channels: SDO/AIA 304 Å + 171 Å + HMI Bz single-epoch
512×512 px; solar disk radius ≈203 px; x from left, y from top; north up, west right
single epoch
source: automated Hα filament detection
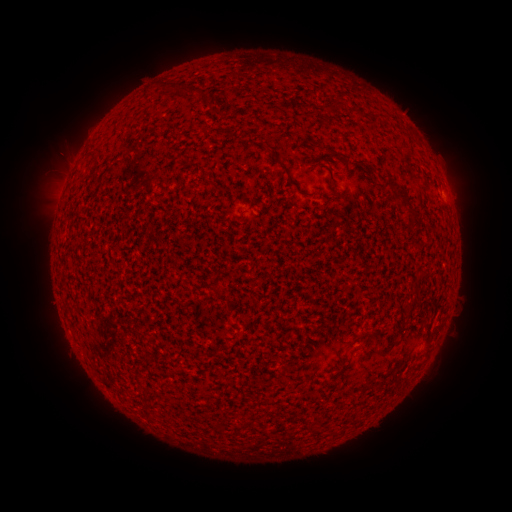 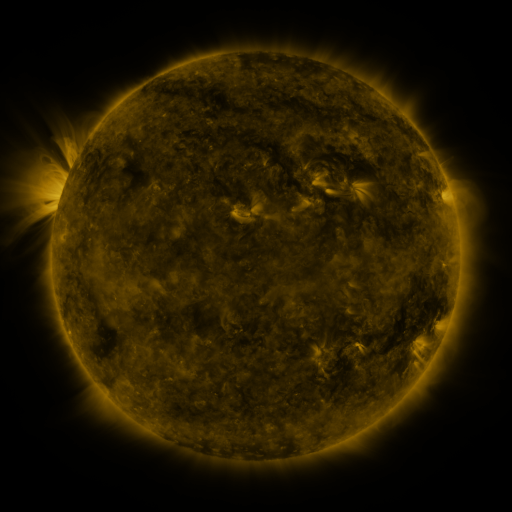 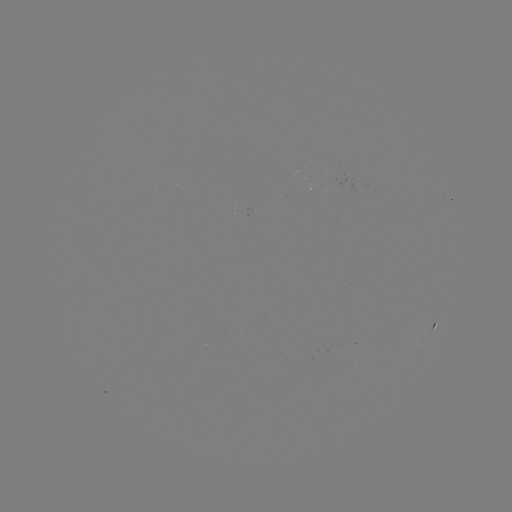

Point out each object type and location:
filament: (189, 89)
filament: (89, 154)
filament: (281, 163)
filament: (397, 188)
filament: (414, 214)
filament: (412, 305)
filament: (428, 338)
filament: (352, 342)
filament: (388, 350)
filament: (342, 368)
